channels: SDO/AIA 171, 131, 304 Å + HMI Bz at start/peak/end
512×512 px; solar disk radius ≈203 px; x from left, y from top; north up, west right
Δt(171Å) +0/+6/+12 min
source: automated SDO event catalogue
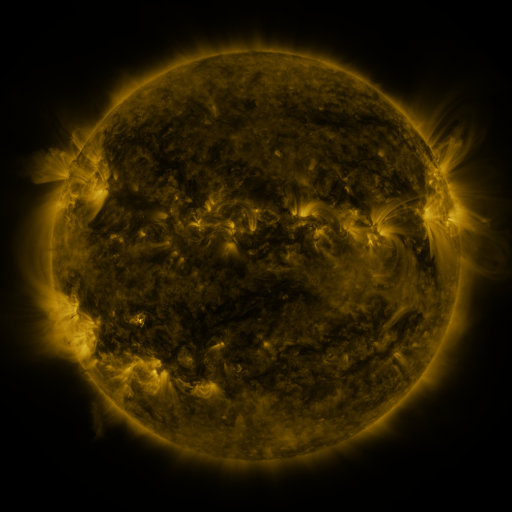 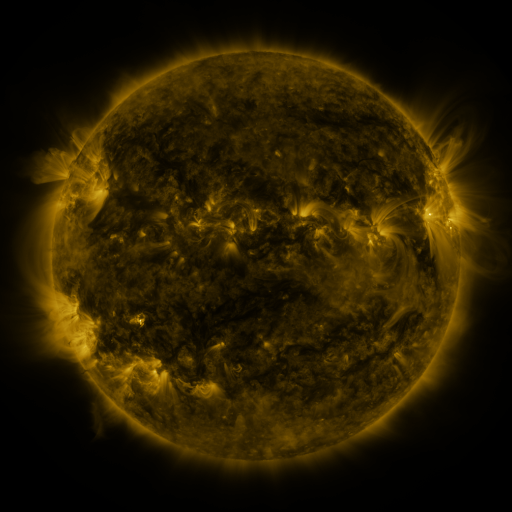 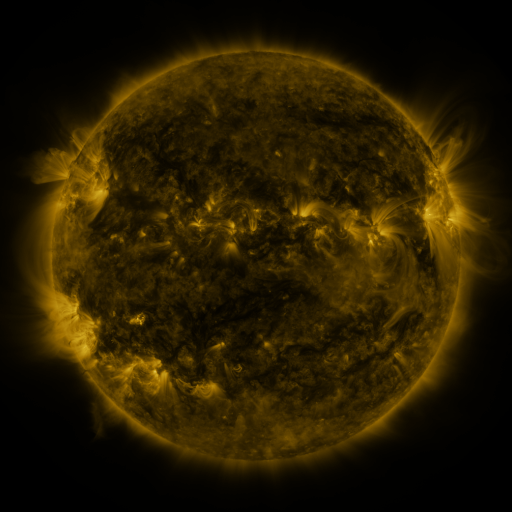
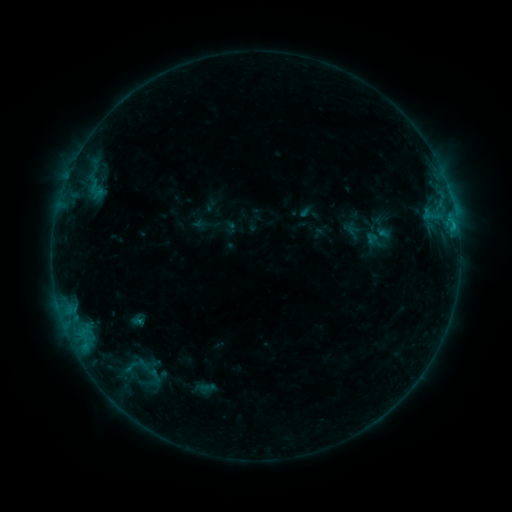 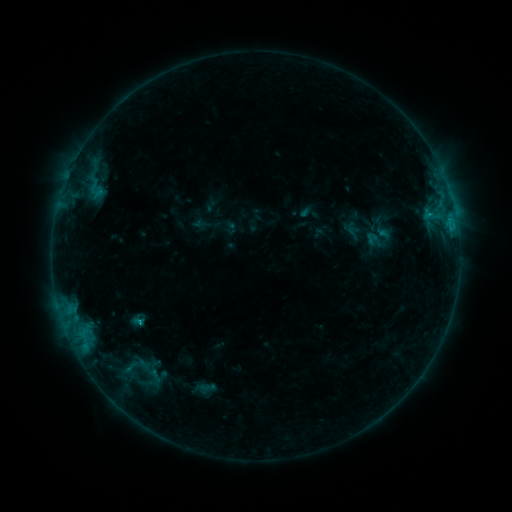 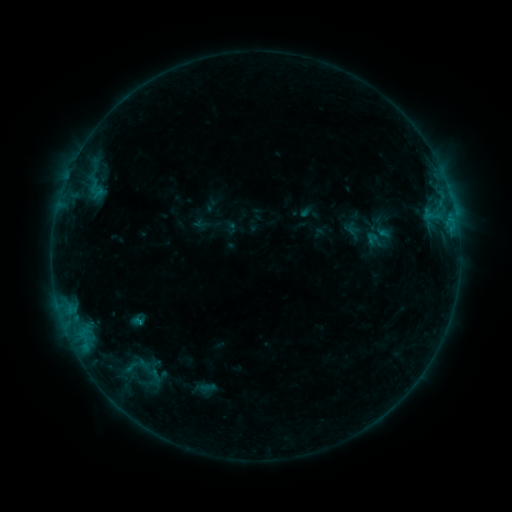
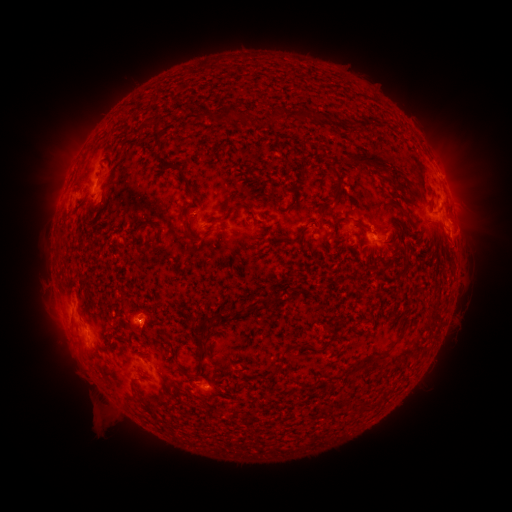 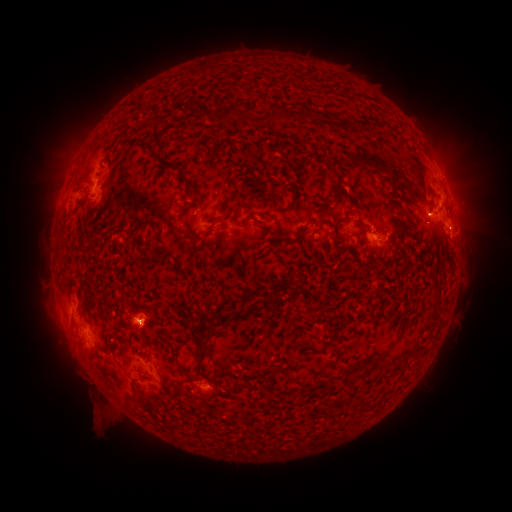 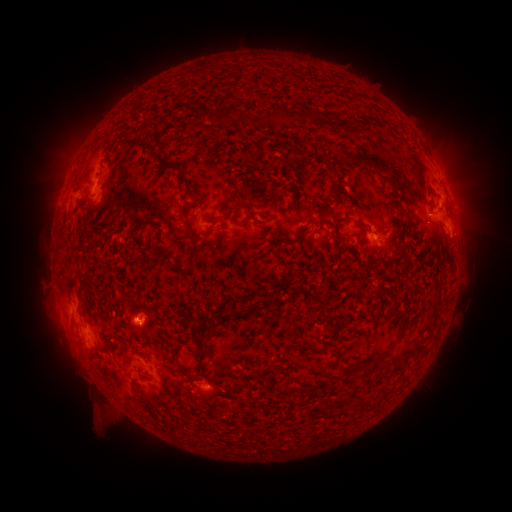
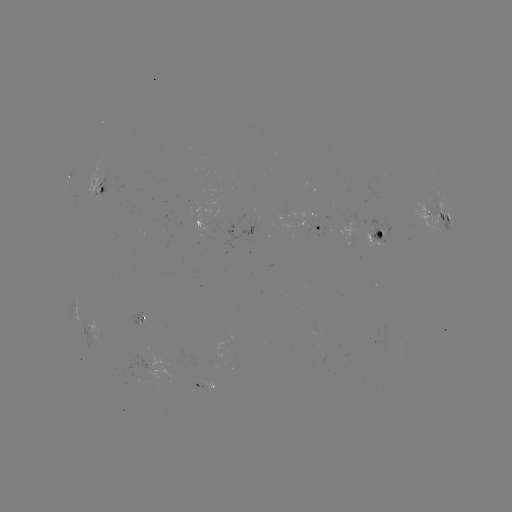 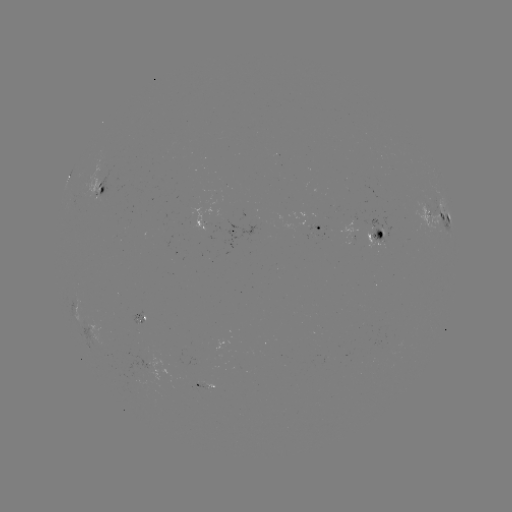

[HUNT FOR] B7.8 flare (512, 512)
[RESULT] (453, 228)